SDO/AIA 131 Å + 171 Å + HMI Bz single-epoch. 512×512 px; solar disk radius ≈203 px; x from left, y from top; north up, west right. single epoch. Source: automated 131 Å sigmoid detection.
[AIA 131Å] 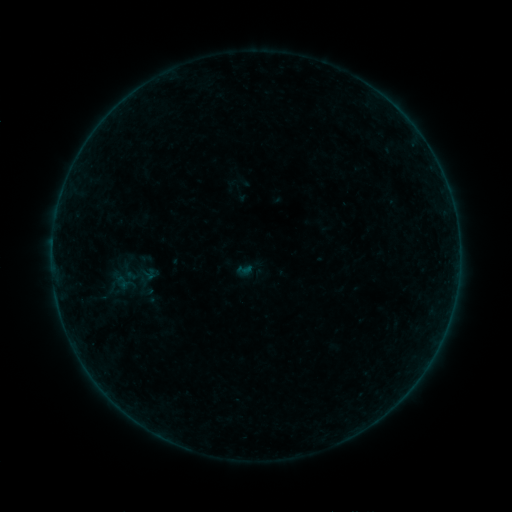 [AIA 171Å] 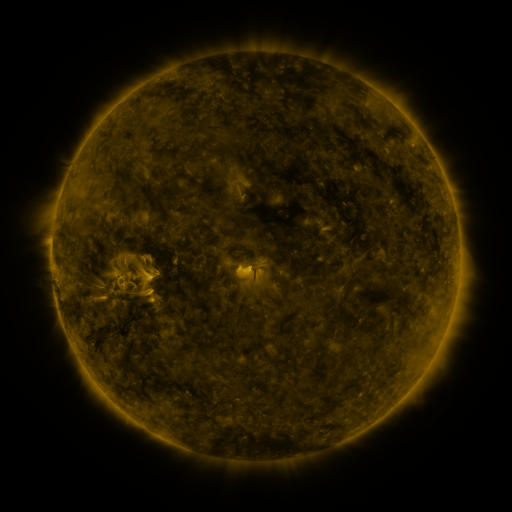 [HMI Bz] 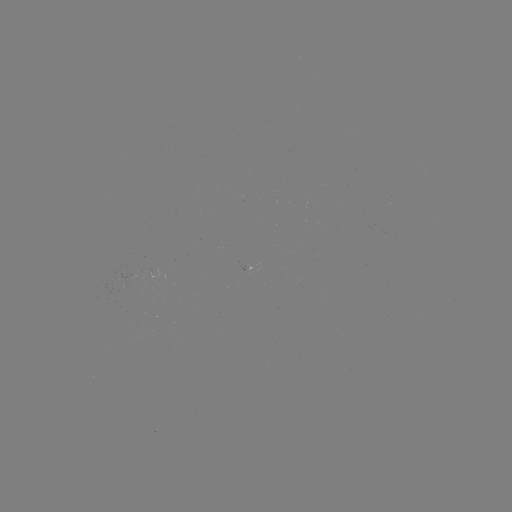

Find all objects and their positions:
sigmoid: (244, 269)
sigmoid: (121, 282)
